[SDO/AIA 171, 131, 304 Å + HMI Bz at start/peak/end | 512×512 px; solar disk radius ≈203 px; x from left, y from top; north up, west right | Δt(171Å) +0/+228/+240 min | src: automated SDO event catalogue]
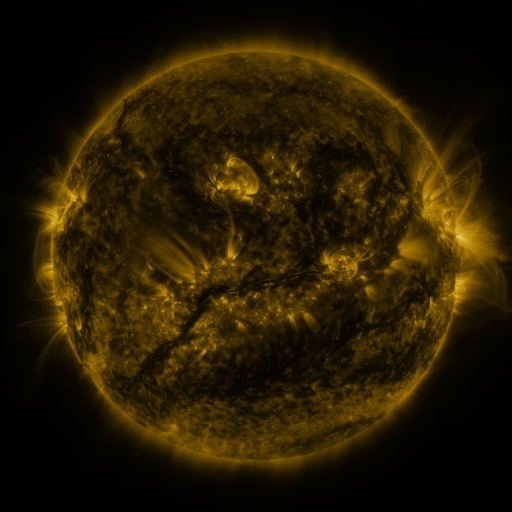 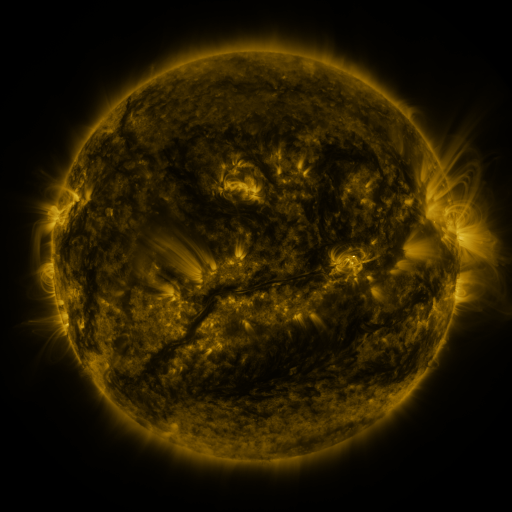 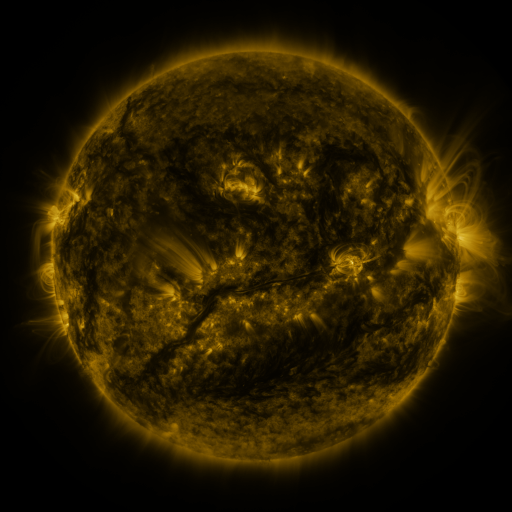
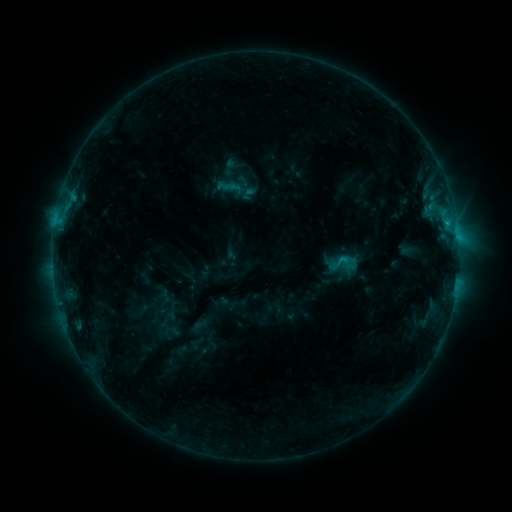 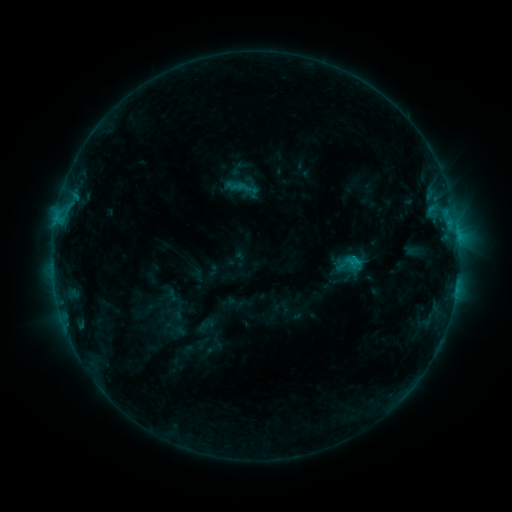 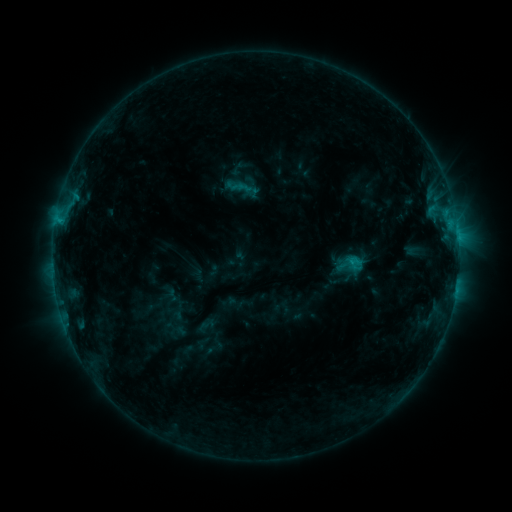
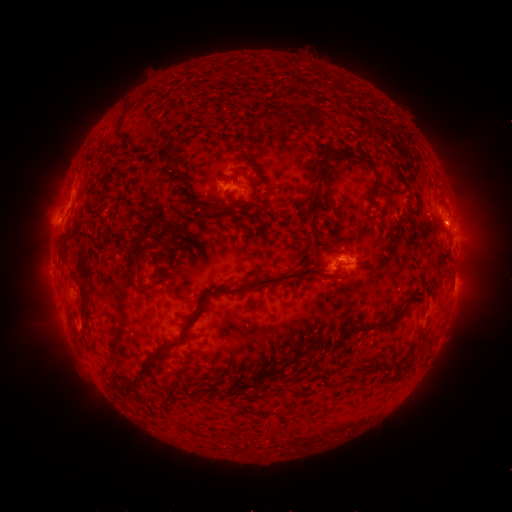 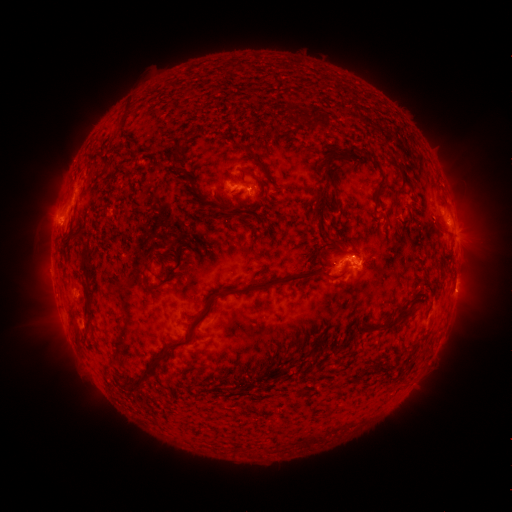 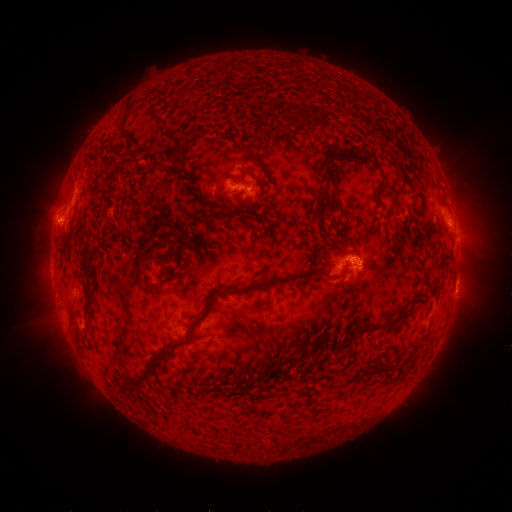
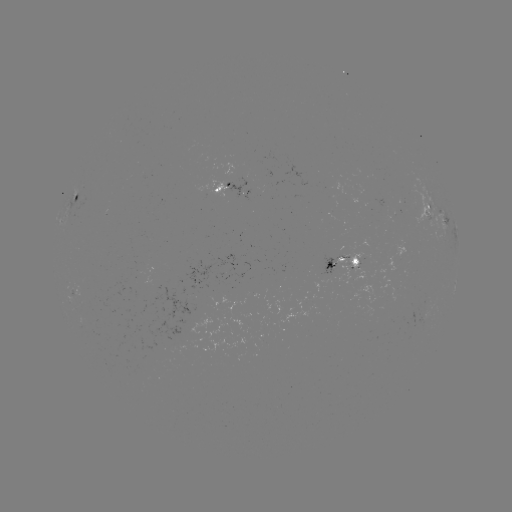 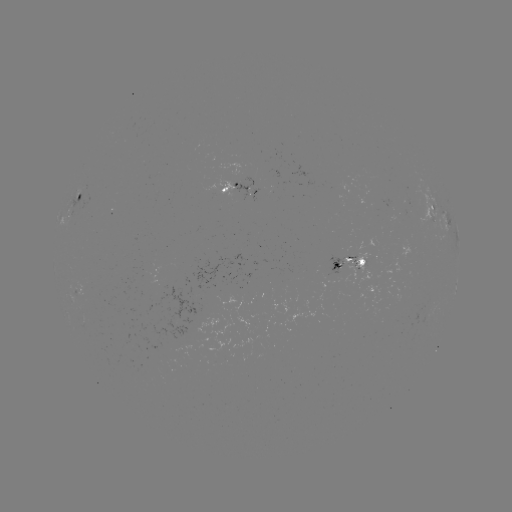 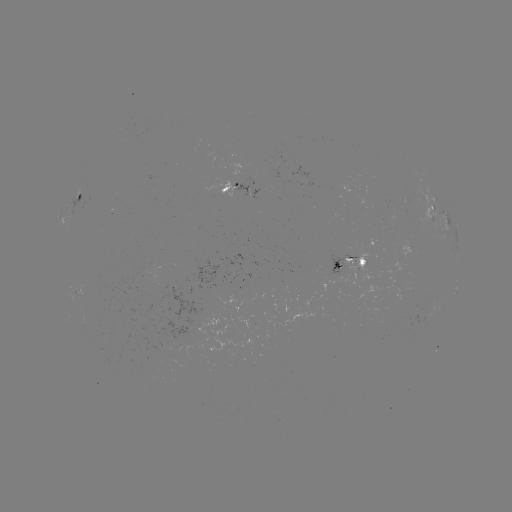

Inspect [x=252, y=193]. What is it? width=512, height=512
emerging-flux region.